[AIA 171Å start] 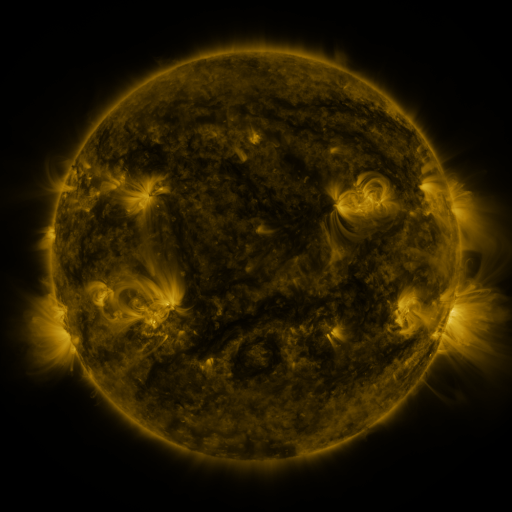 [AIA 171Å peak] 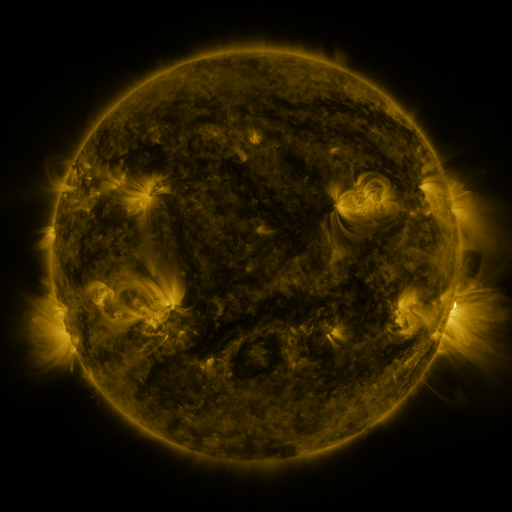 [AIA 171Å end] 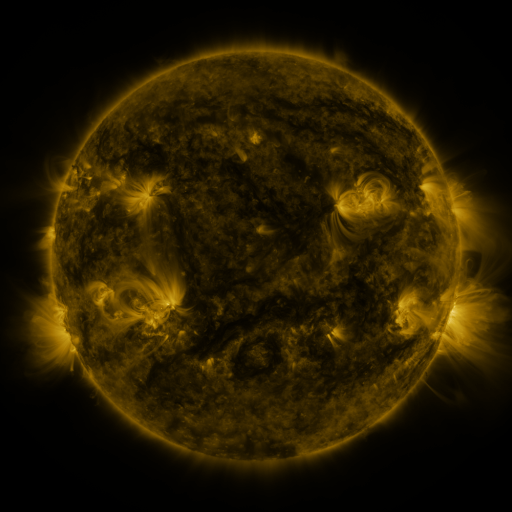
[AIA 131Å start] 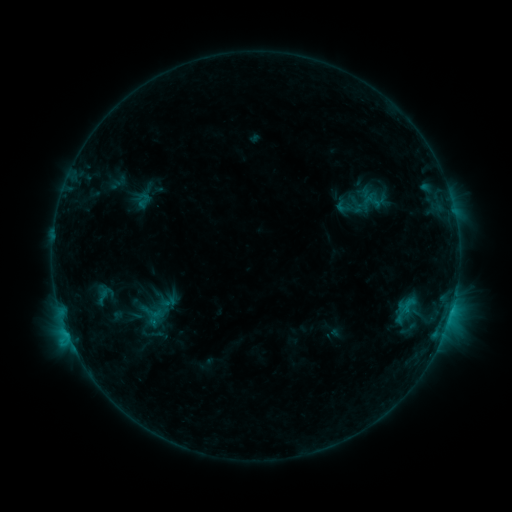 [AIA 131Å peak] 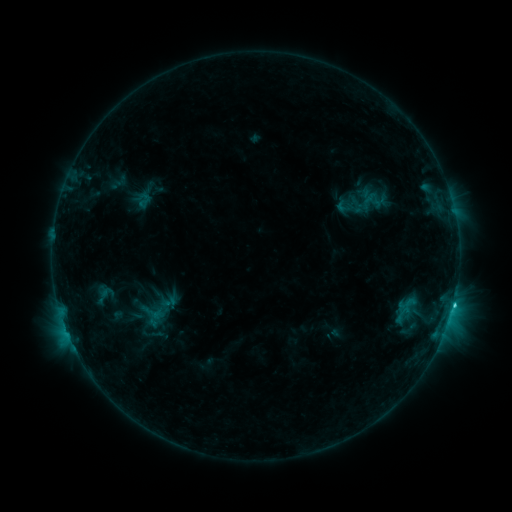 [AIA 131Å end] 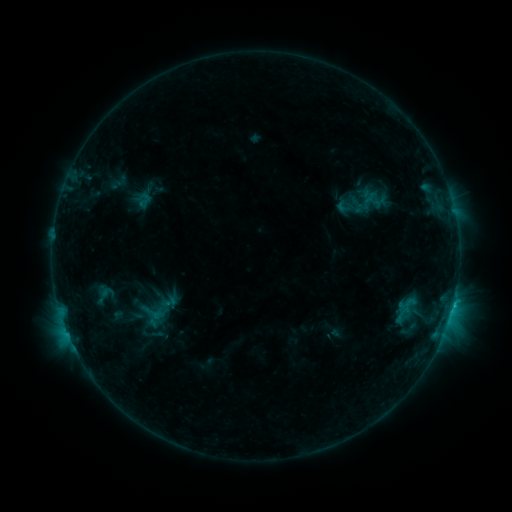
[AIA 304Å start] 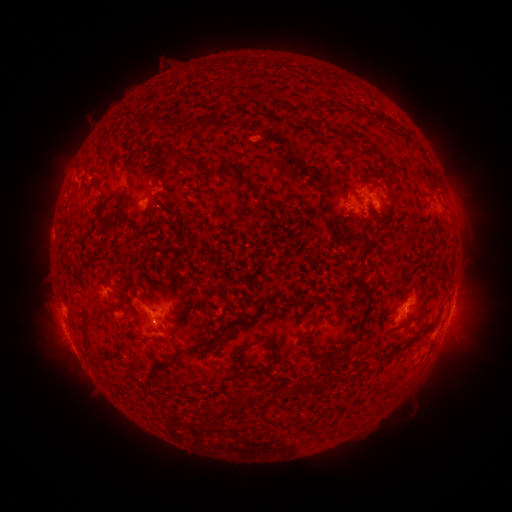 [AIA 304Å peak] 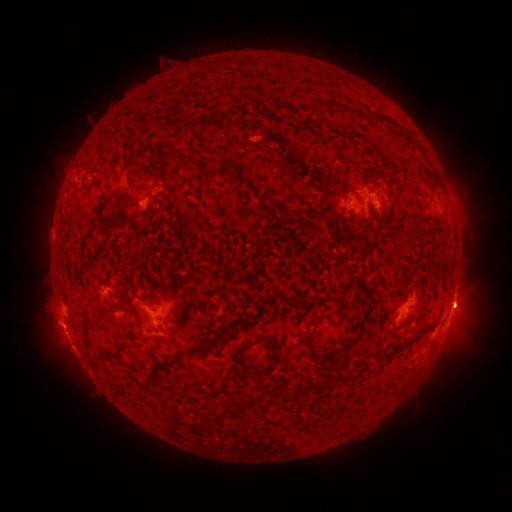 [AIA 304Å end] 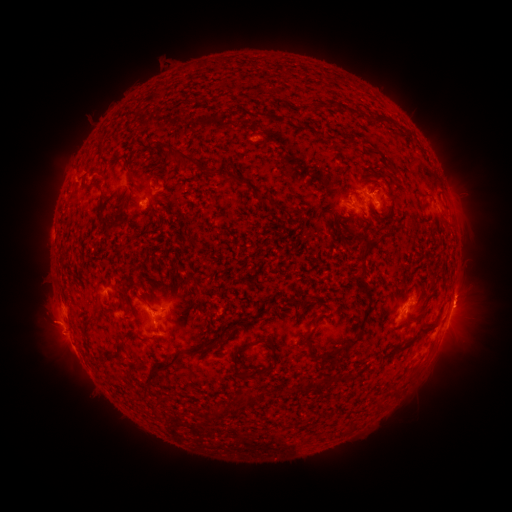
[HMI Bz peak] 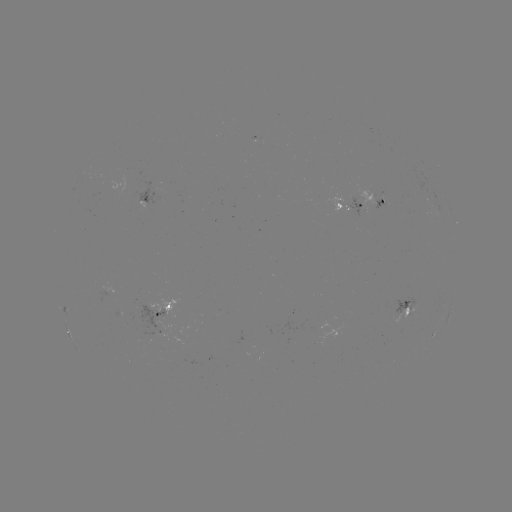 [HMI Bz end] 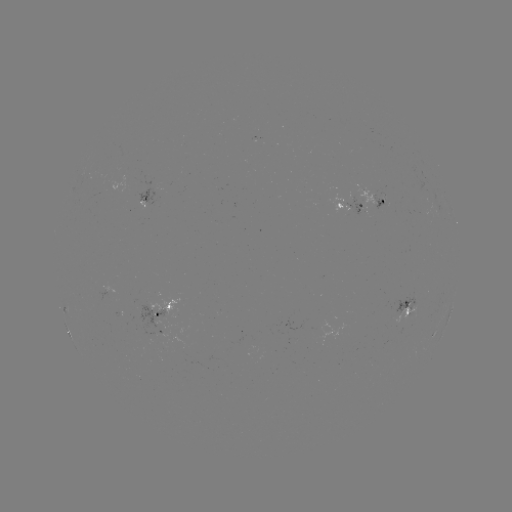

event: eruption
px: (56, 332)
